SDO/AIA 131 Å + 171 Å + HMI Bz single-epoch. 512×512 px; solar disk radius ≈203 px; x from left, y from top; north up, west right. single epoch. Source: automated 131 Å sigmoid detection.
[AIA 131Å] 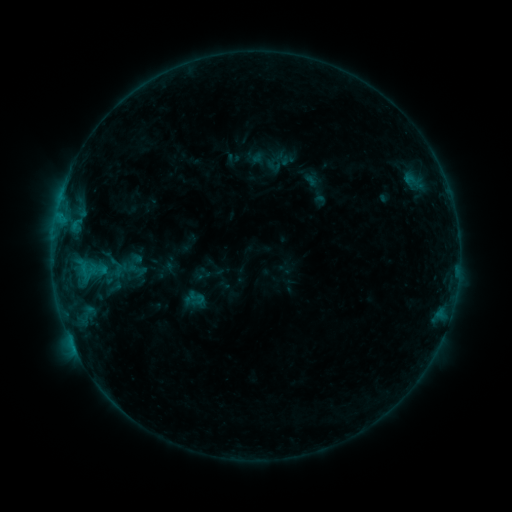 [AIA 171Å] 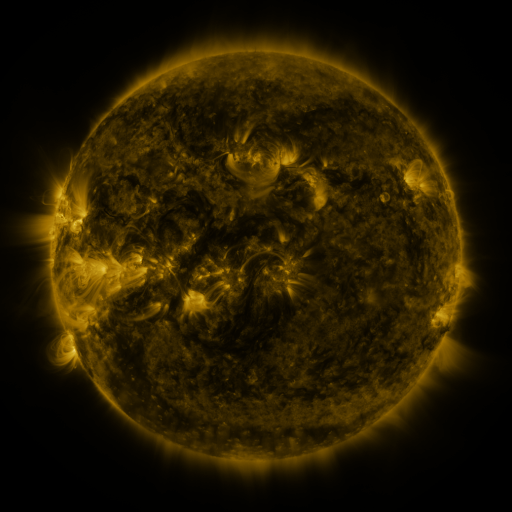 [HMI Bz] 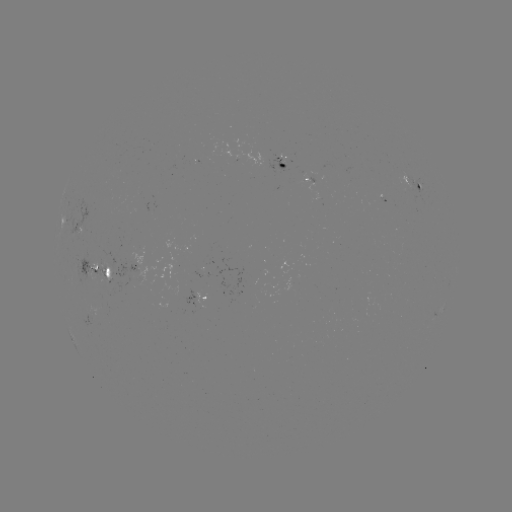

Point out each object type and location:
sigmoid: (114, 287)
